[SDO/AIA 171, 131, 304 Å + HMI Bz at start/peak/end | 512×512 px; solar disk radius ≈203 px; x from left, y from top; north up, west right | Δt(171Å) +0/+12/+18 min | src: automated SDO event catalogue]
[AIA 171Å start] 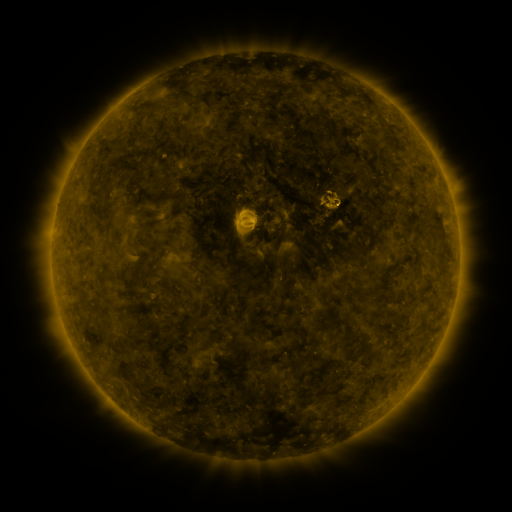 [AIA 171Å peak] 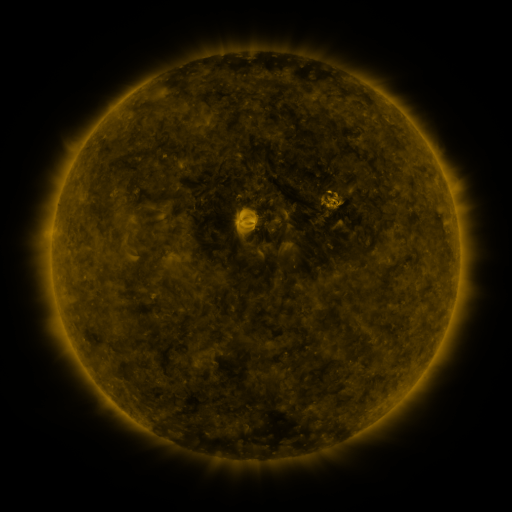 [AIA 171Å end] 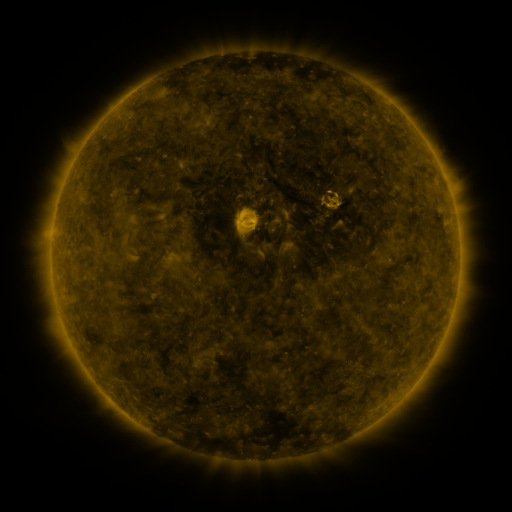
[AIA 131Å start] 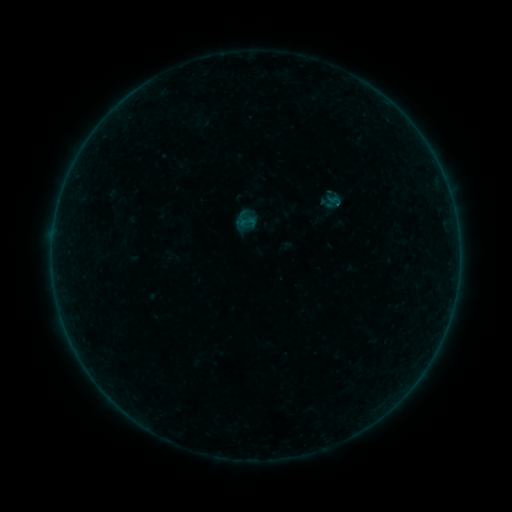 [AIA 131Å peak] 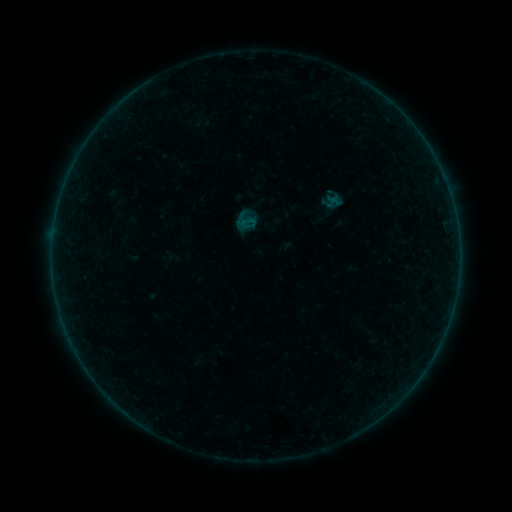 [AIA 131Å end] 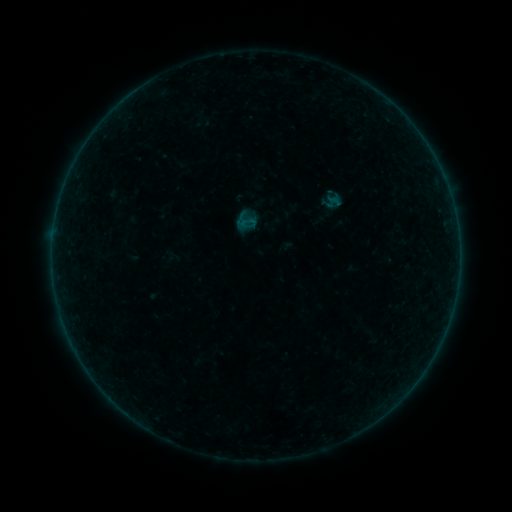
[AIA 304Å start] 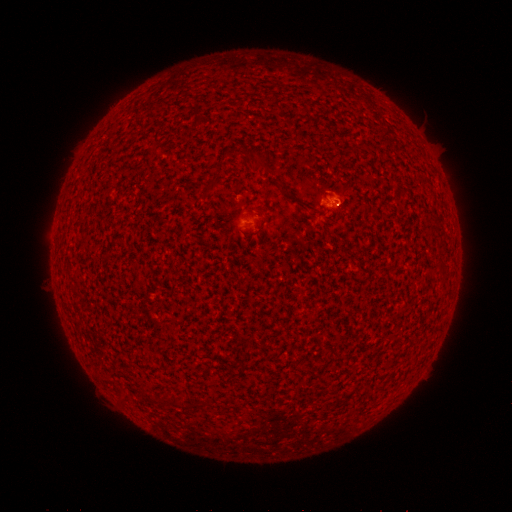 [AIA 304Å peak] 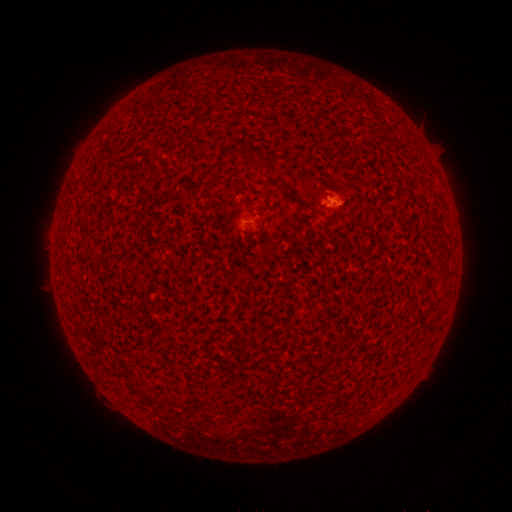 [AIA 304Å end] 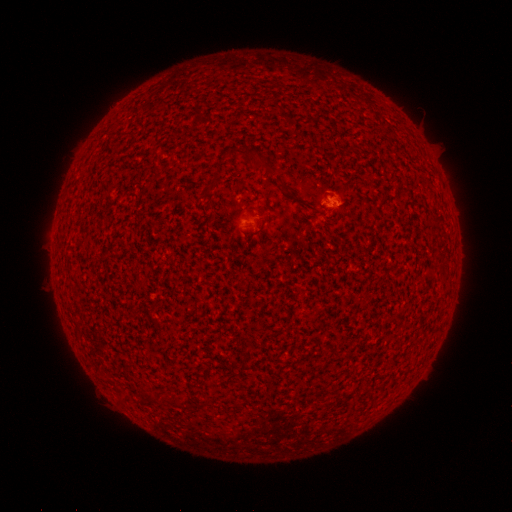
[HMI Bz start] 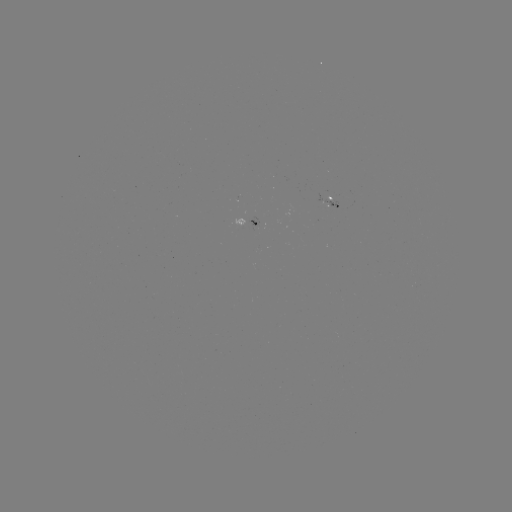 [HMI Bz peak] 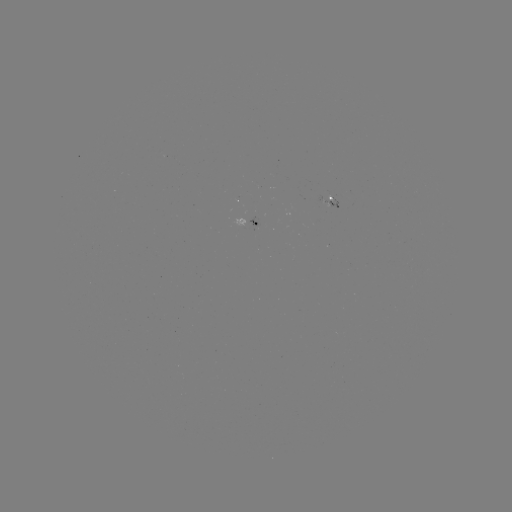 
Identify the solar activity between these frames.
A8.9 flare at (331, 201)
